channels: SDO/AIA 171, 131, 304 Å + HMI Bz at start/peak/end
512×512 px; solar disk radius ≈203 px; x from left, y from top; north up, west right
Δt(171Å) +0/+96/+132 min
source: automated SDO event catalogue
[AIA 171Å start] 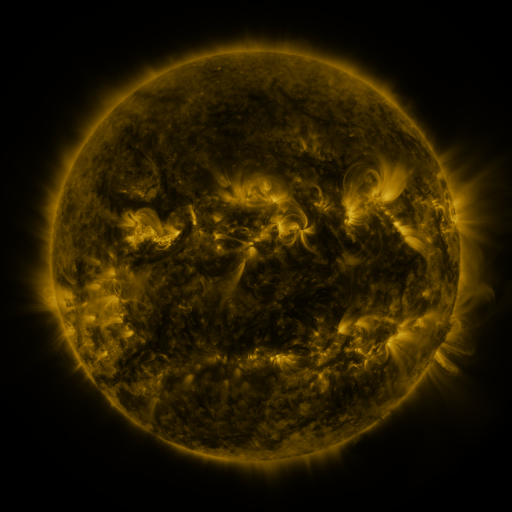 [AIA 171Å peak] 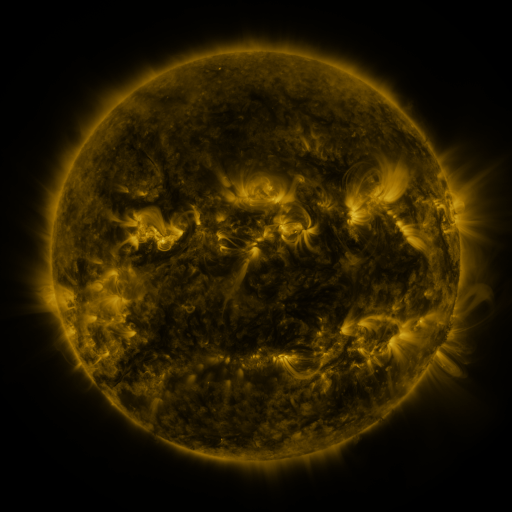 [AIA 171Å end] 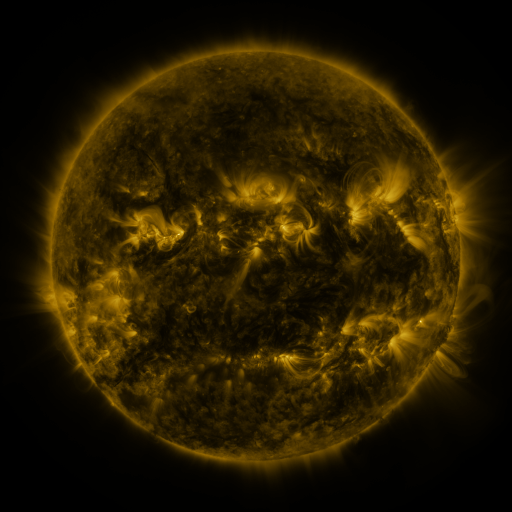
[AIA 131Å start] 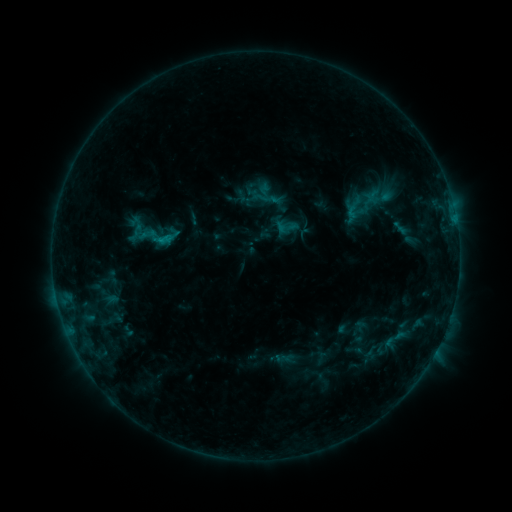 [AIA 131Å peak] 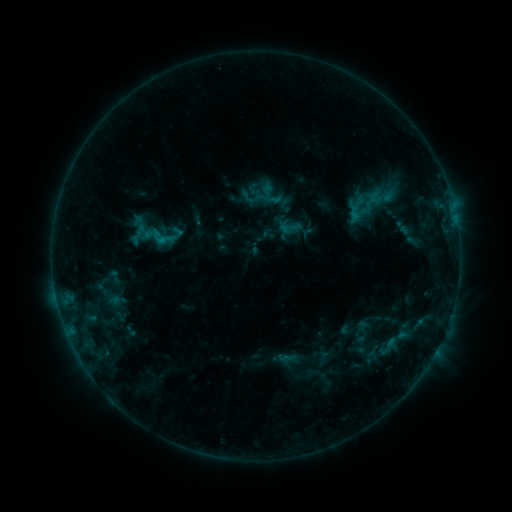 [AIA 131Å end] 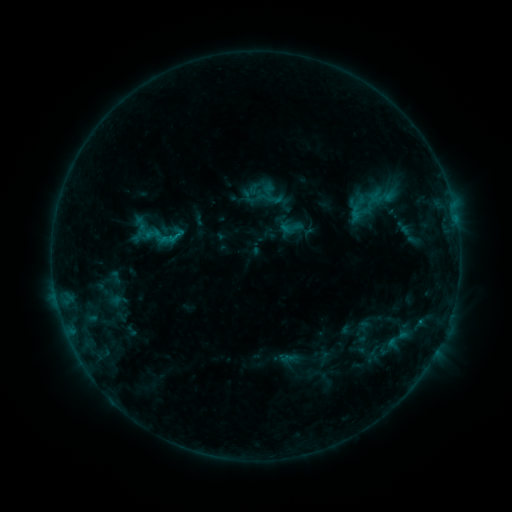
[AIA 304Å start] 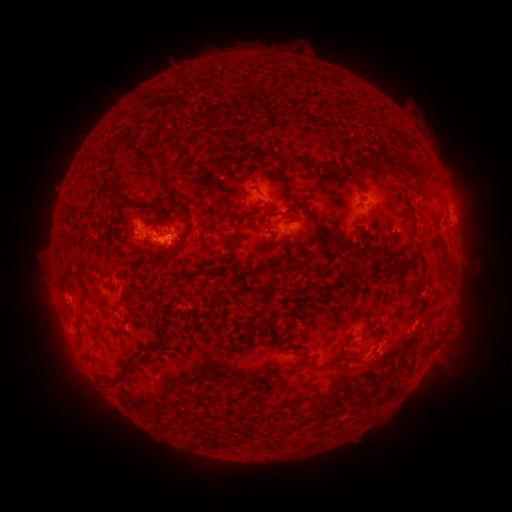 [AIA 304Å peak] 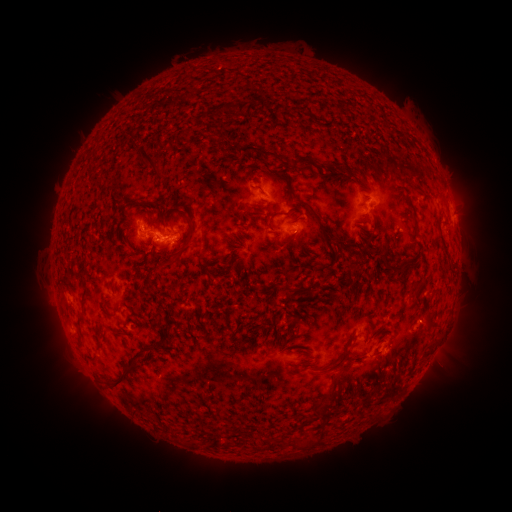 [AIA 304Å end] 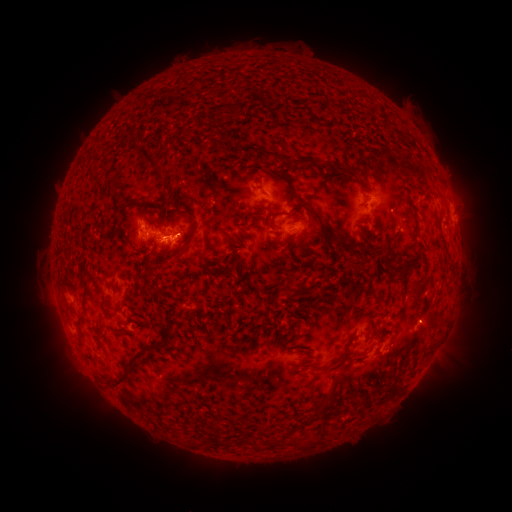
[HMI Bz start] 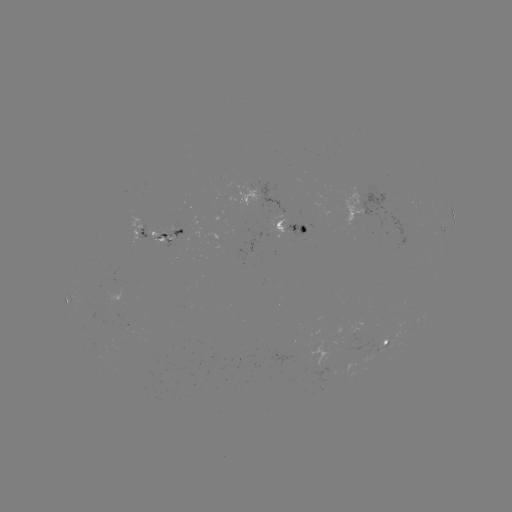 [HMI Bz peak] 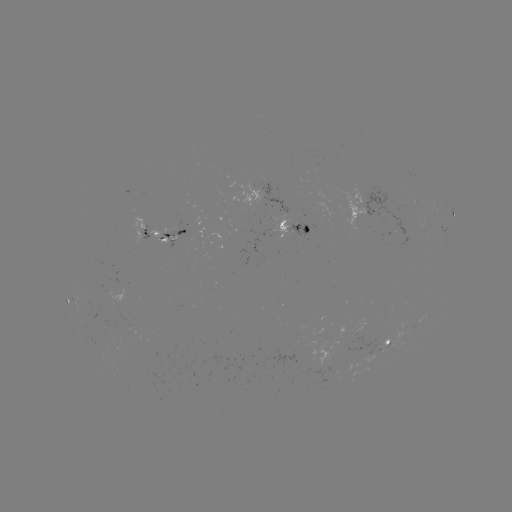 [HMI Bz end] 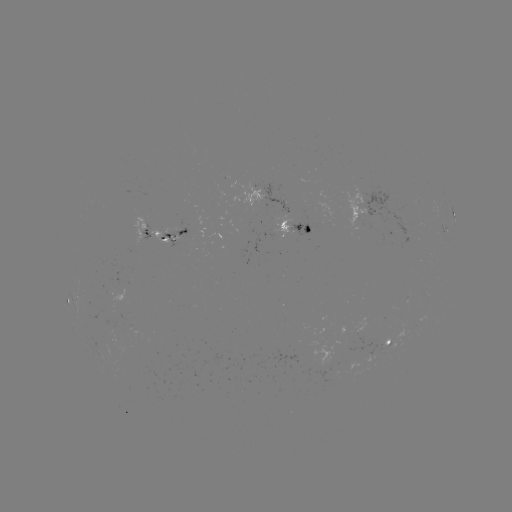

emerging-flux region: (378, 321, 406, 349)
